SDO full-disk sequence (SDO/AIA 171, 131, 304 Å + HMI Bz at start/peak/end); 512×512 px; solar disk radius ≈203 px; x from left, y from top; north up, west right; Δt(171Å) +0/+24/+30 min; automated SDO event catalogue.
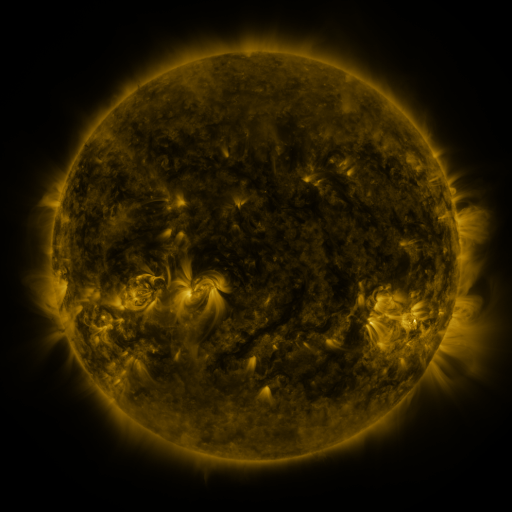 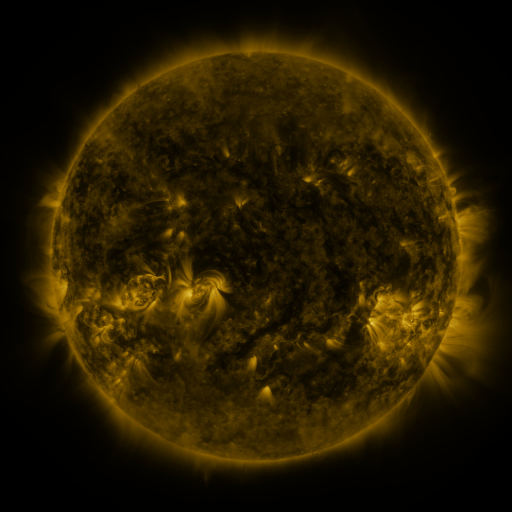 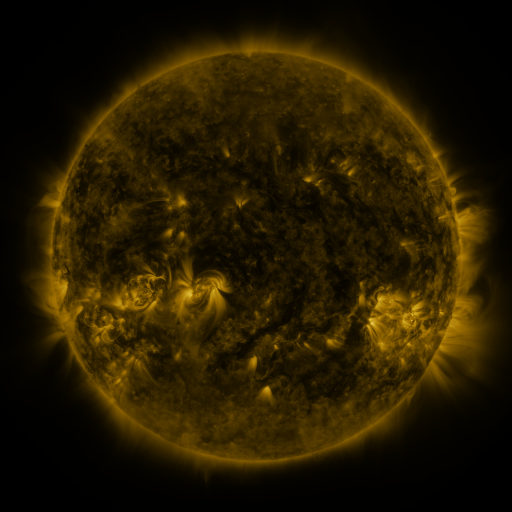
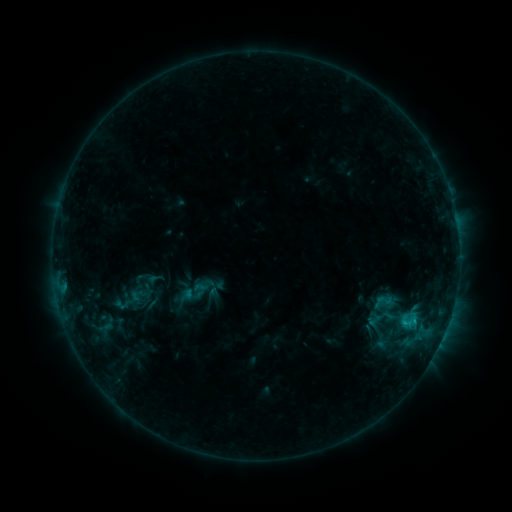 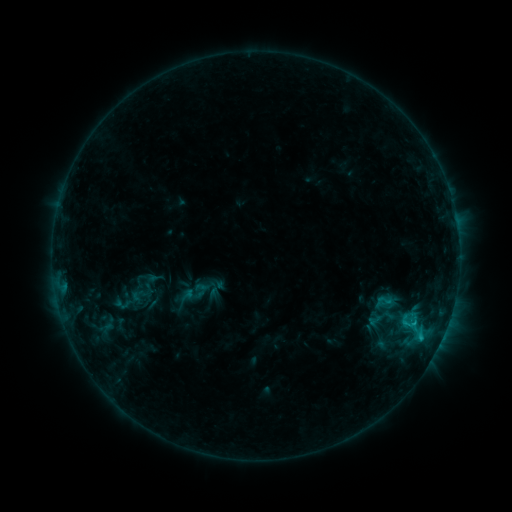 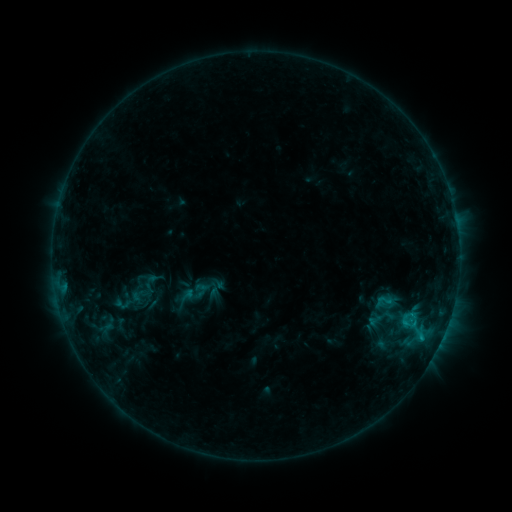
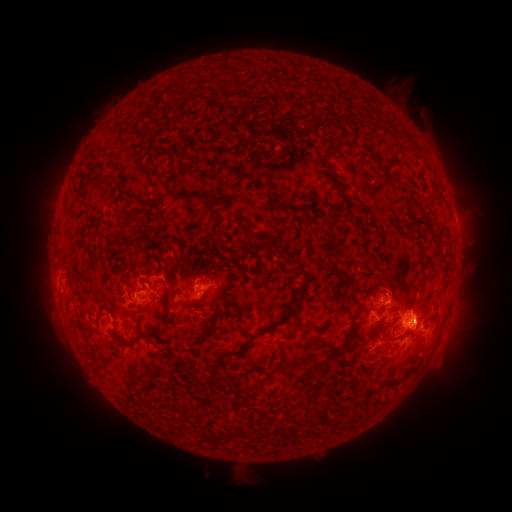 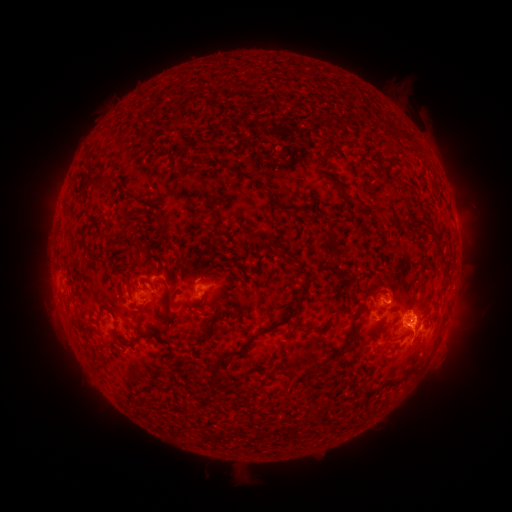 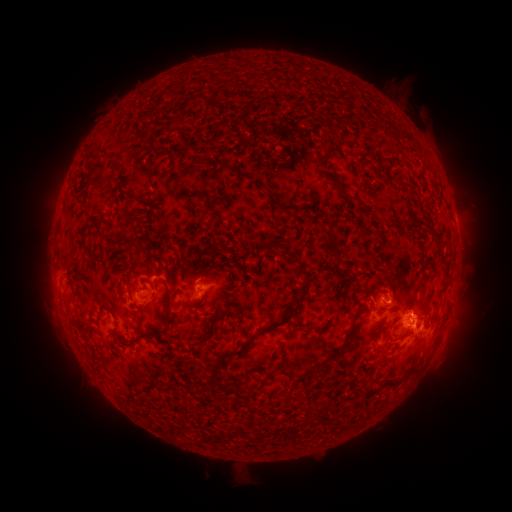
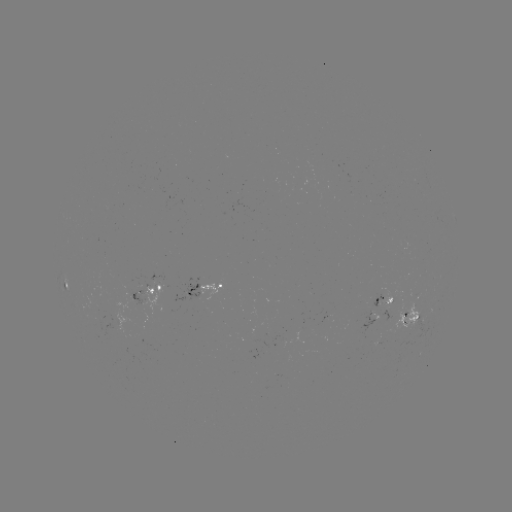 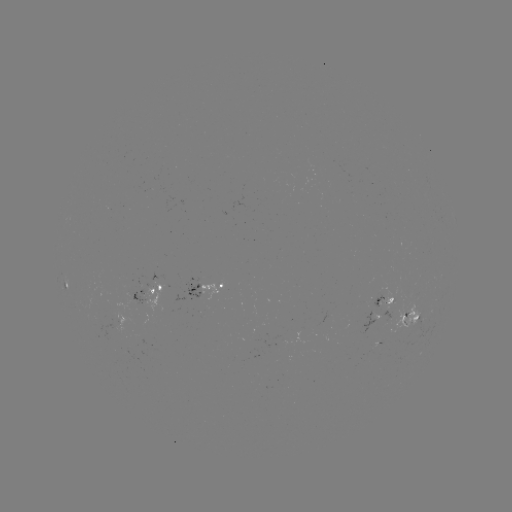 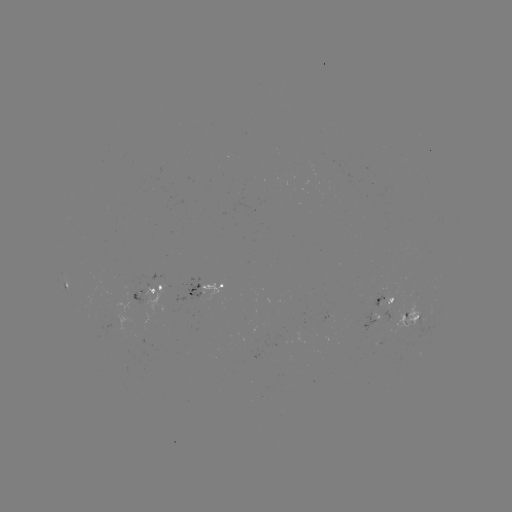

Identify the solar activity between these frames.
C1.3 flare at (420, 336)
